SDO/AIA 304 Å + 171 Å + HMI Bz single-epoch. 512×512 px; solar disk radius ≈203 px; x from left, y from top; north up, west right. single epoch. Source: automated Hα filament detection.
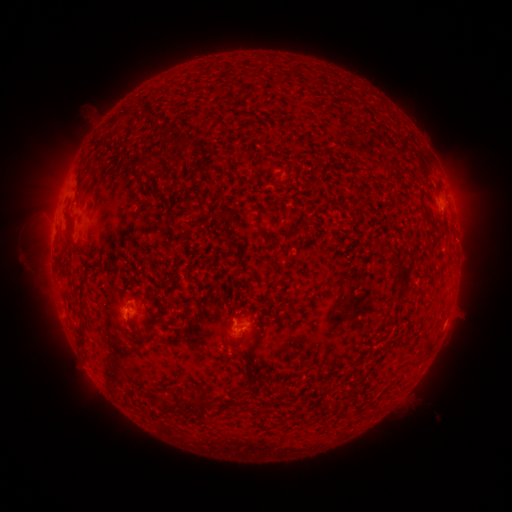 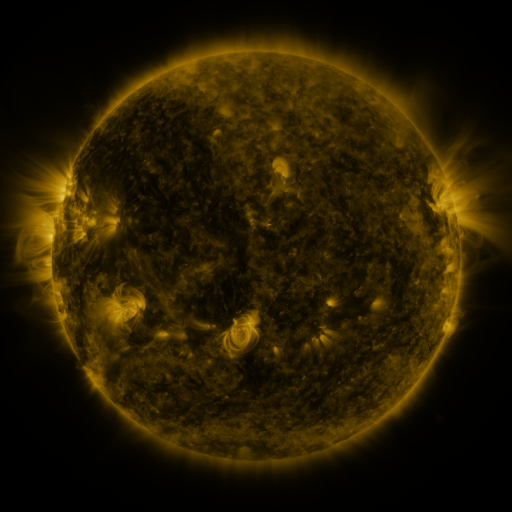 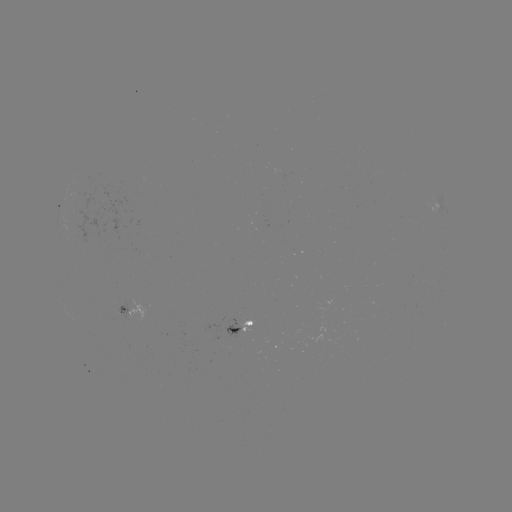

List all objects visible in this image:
filament: (130, 115)
filament: (157, 129)
filament: (183, 140)
filament: (145, 164)
filament: (365, 169)
filament: (389, 172)
filament: (258, 182)
filament: (152, 191)
filament: (258, 224)
filament: (68, 230)
filament: (403, 278)
filament: (224, 307)
filament: (152, 329)
filament: (429, 344)
filament: (160, 398)
